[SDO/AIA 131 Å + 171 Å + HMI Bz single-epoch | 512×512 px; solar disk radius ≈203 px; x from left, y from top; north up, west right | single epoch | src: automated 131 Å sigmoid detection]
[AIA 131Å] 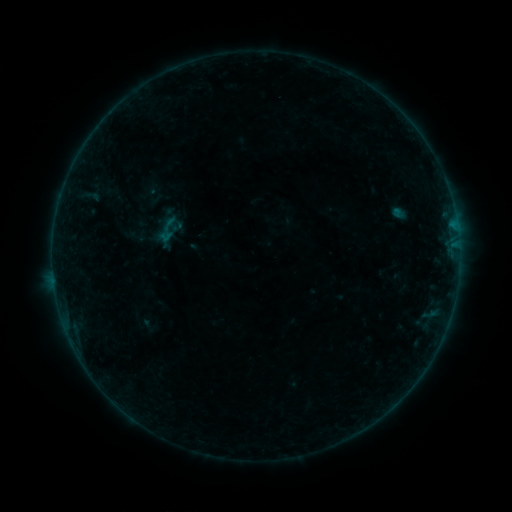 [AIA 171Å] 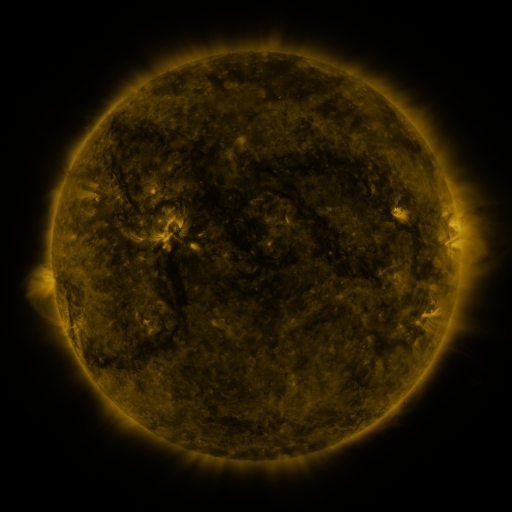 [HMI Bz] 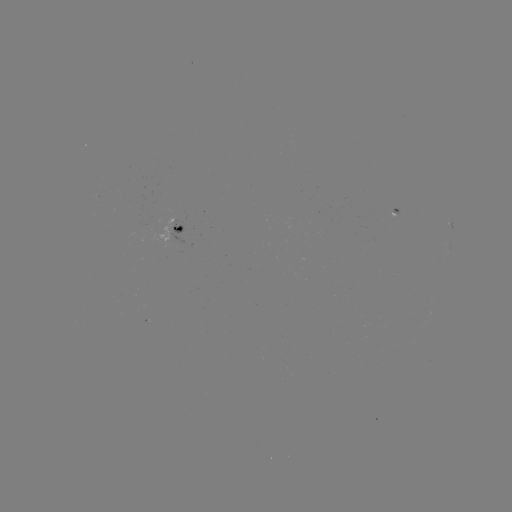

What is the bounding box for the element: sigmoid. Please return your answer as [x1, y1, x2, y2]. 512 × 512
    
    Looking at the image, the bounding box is [153, 214, 183, 245].